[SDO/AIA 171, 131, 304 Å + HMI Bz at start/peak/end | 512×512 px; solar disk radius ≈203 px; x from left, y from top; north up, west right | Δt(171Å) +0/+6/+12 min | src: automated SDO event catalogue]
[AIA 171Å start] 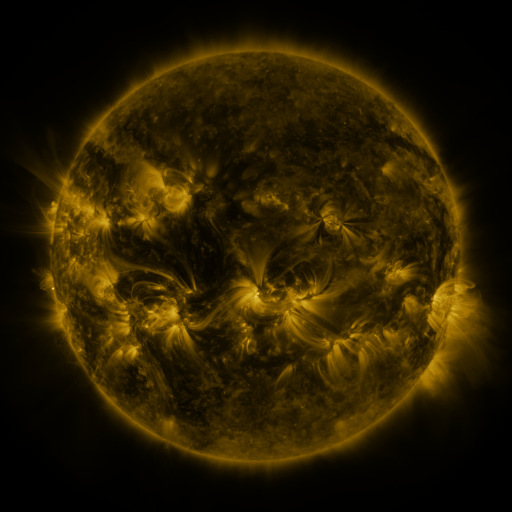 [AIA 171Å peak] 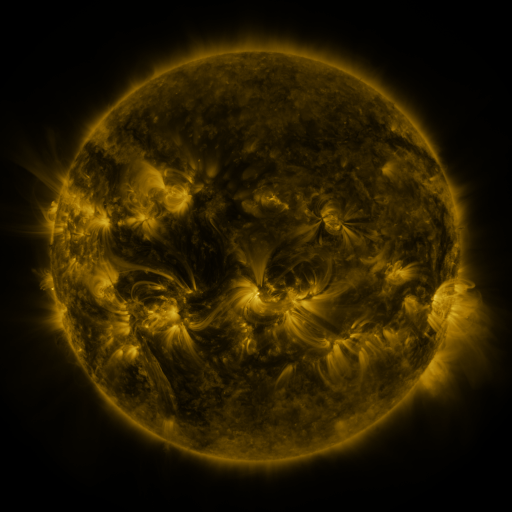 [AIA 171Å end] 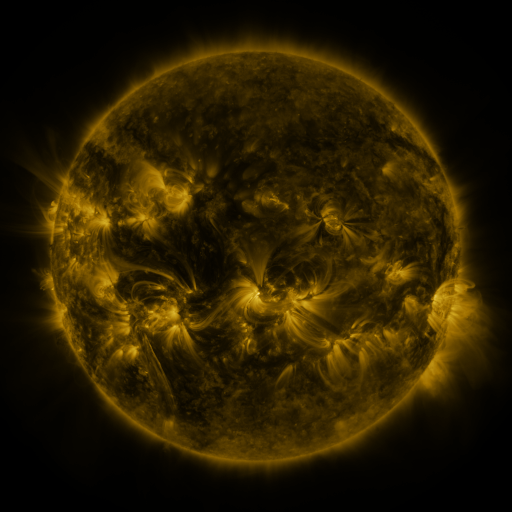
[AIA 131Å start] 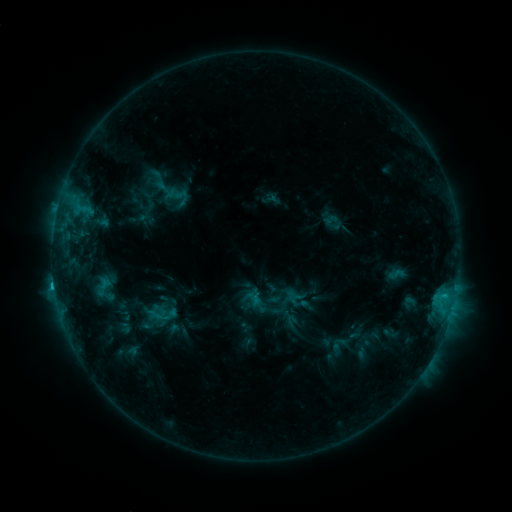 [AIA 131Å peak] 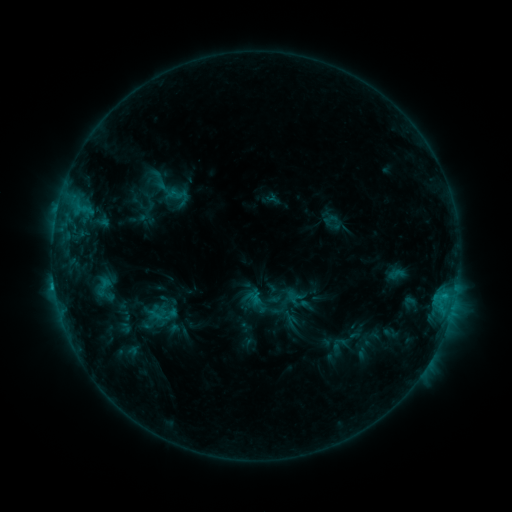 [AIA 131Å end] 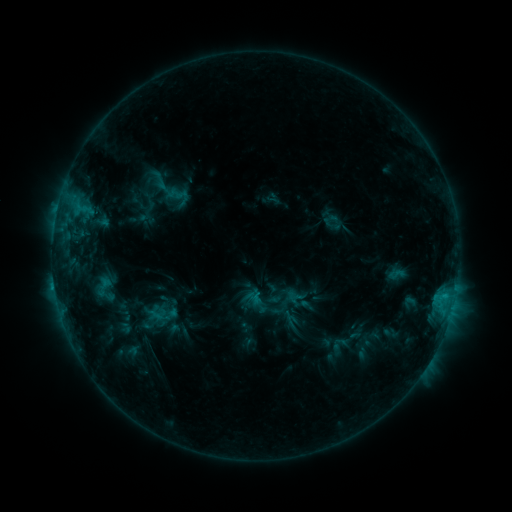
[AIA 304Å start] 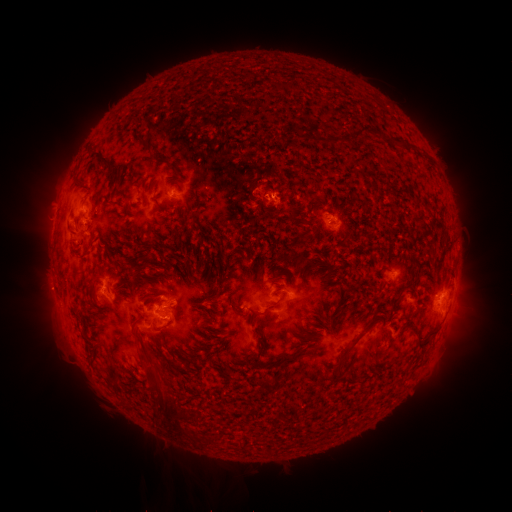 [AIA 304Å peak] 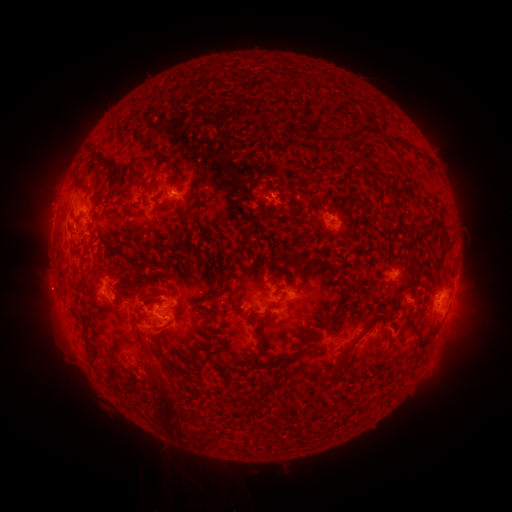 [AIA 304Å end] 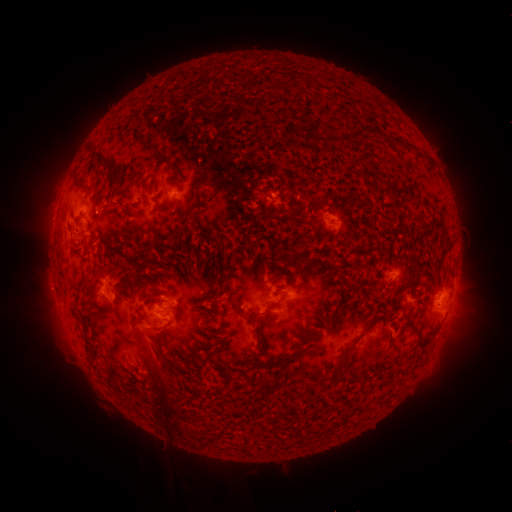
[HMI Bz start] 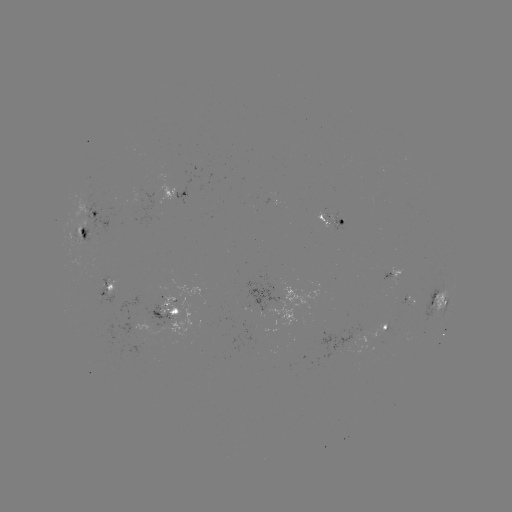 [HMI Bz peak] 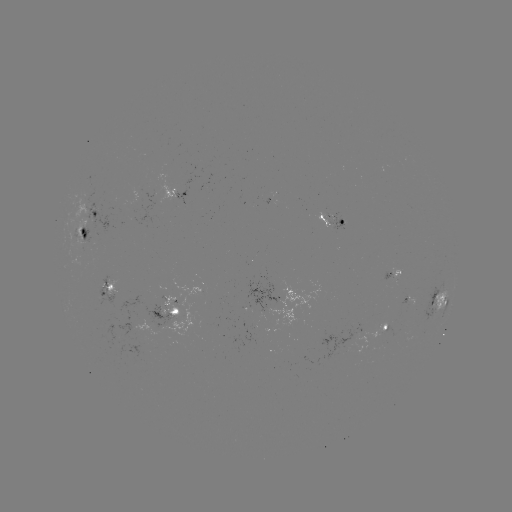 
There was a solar eruption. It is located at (157, 359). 